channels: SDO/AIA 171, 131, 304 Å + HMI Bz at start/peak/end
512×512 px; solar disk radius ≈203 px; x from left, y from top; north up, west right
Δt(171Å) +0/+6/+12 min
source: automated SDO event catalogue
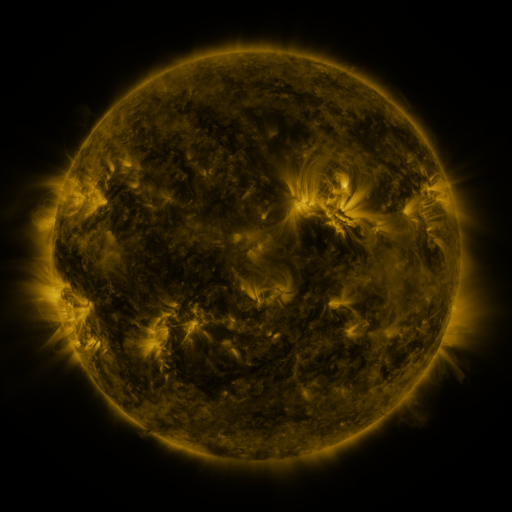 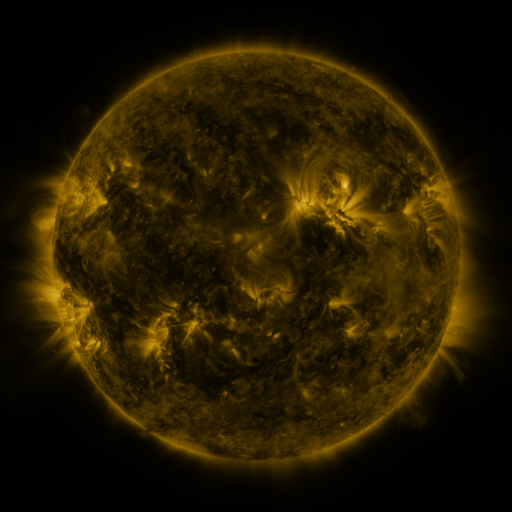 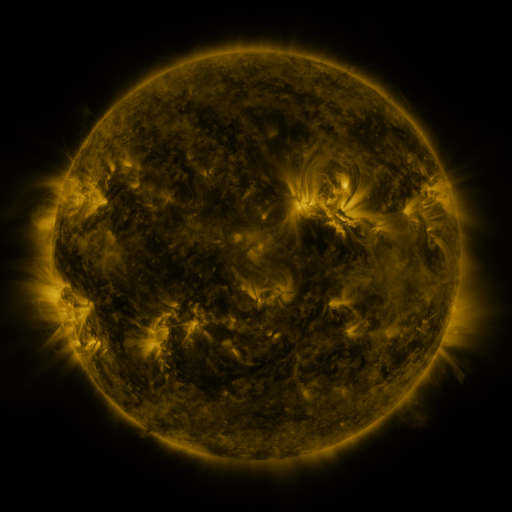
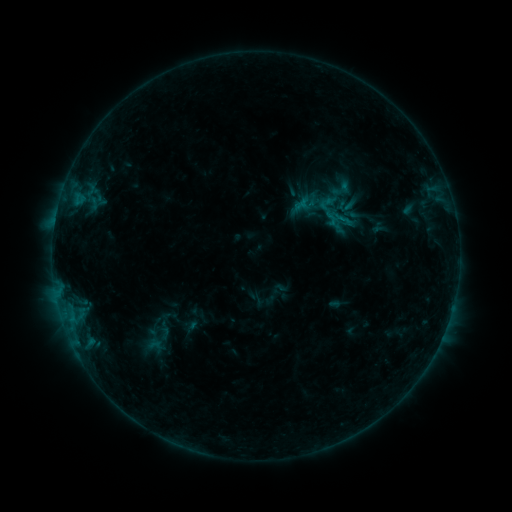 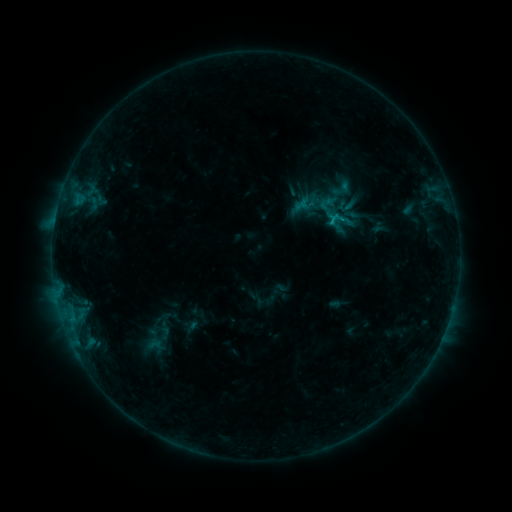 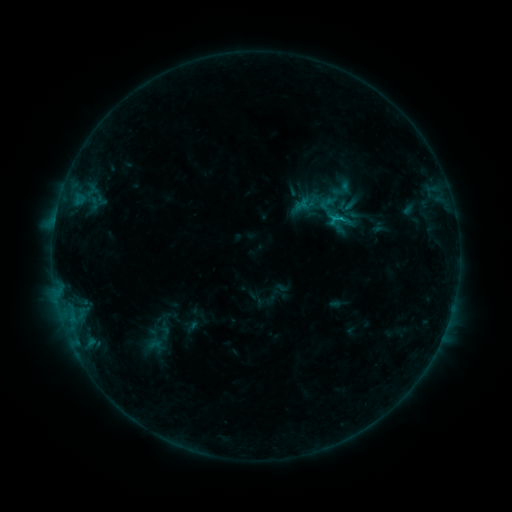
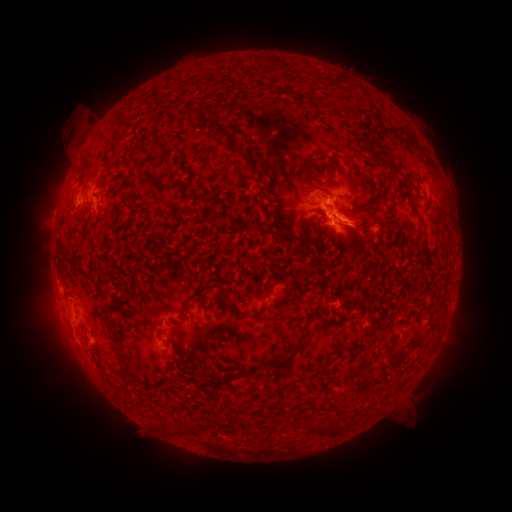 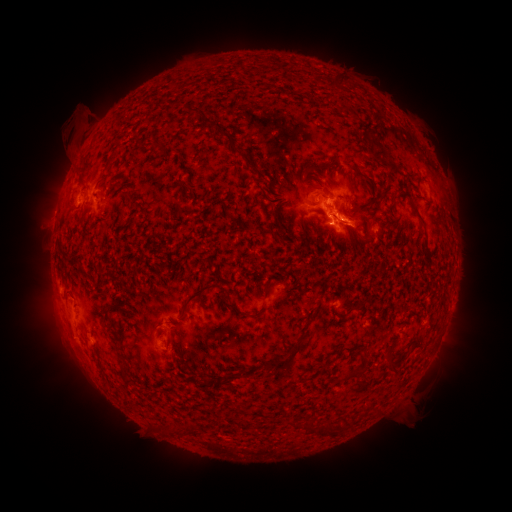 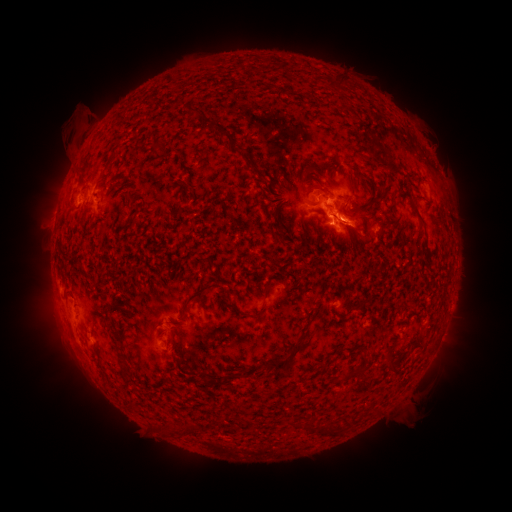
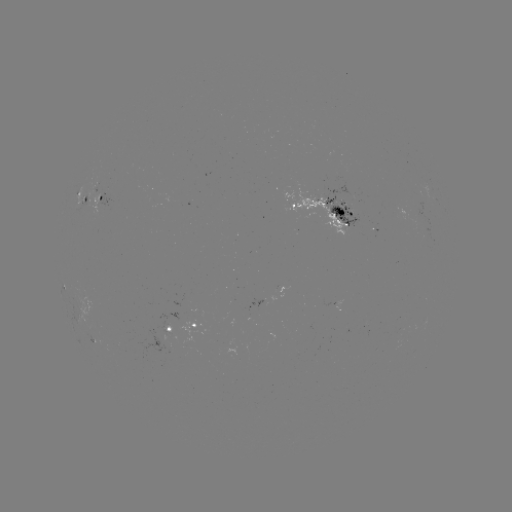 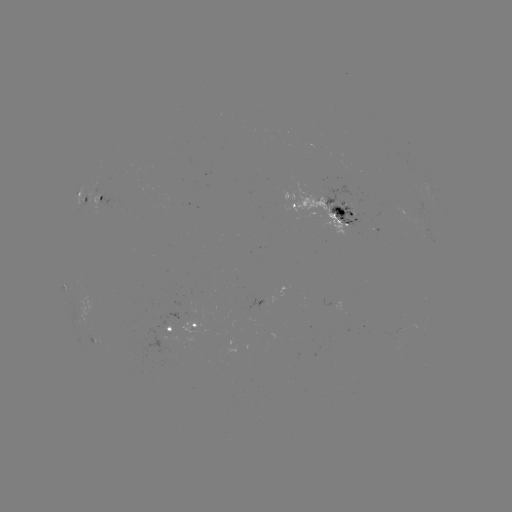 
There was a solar flare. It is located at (331, 218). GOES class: B8.7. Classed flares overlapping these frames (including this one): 1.